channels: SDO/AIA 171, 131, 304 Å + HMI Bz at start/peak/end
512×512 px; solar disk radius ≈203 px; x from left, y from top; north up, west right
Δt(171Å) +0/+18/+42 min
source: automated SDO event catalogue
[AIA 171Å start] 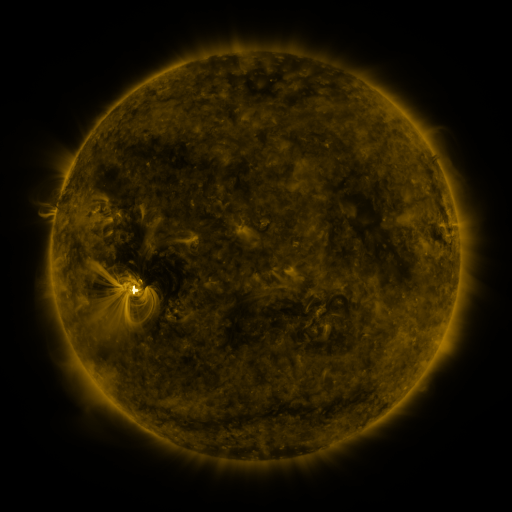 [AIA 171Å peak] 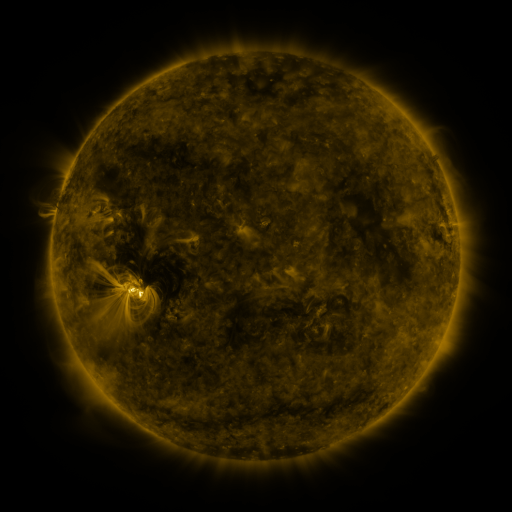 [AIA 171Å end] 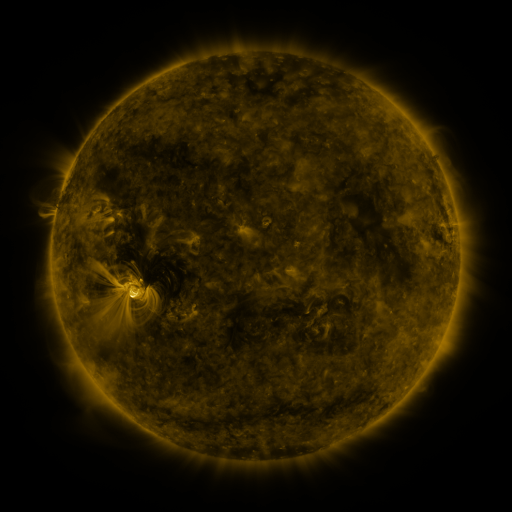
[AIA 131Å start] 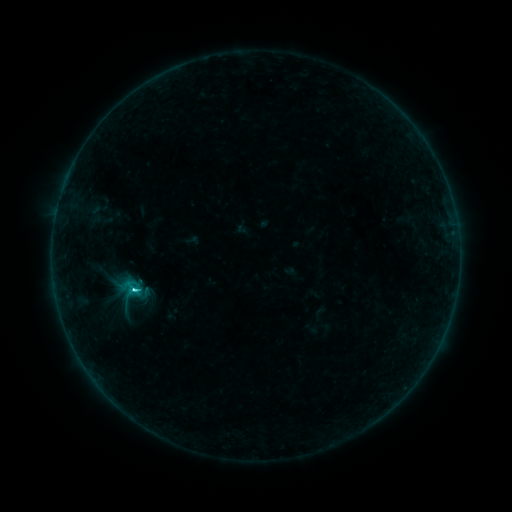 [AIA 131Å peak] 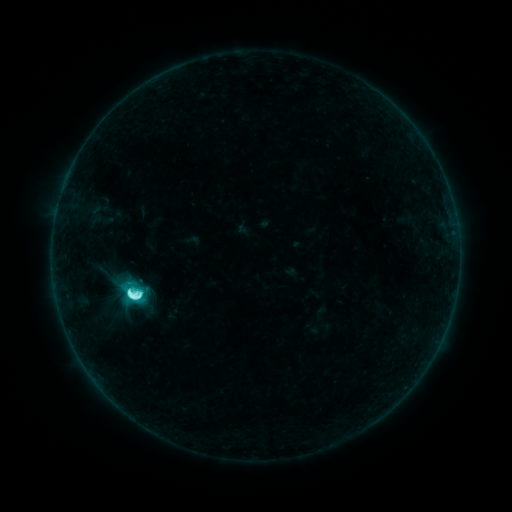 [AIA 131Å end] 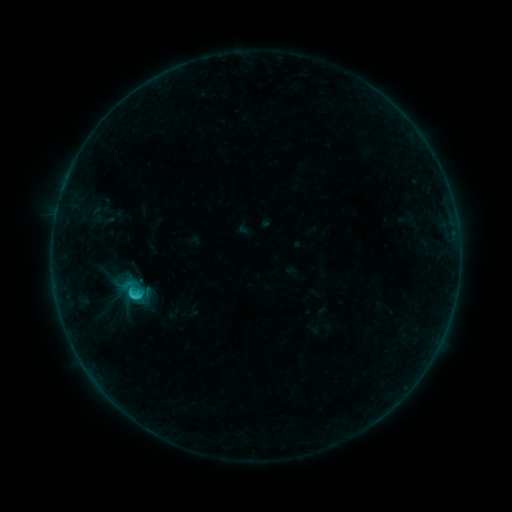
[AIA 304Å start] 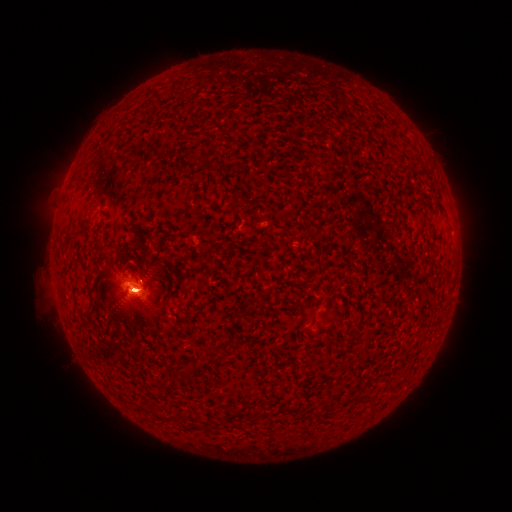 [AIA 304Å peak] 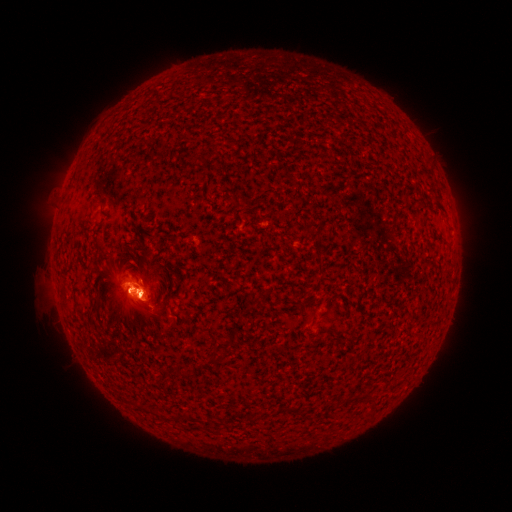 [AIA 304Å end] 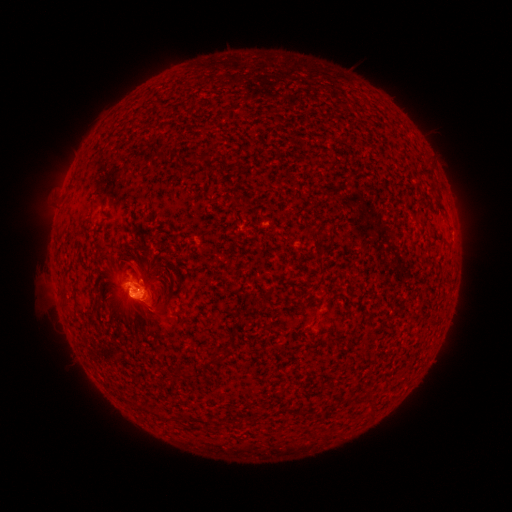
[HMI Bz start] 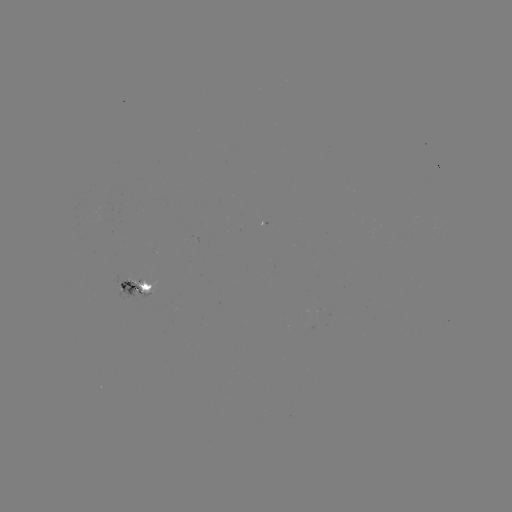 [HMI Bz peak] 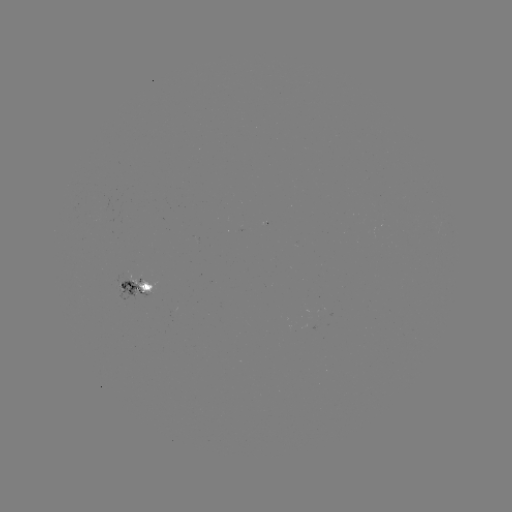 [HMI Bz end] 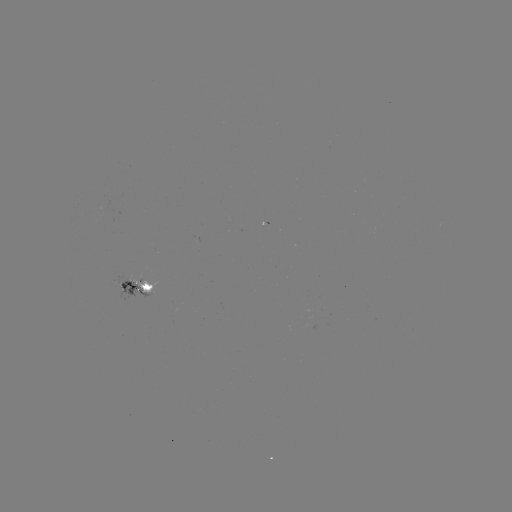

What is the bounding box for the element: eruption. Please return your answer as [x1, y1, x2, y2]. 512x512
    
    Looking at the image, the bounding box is [45, 215, 232, 369].